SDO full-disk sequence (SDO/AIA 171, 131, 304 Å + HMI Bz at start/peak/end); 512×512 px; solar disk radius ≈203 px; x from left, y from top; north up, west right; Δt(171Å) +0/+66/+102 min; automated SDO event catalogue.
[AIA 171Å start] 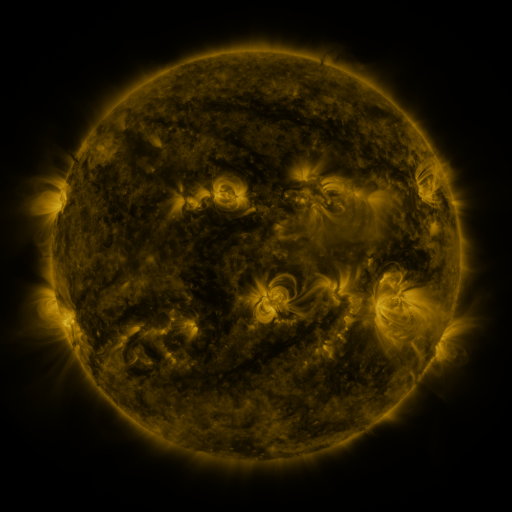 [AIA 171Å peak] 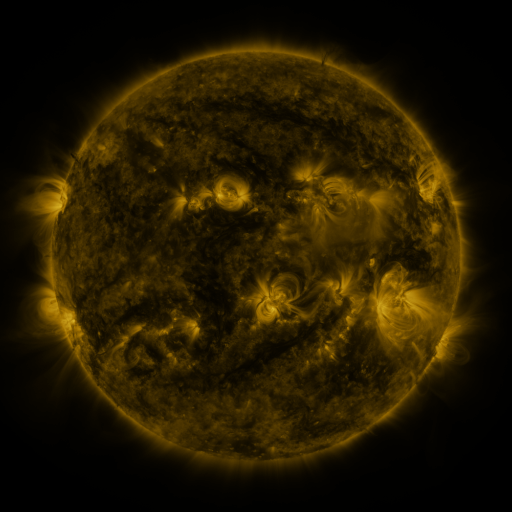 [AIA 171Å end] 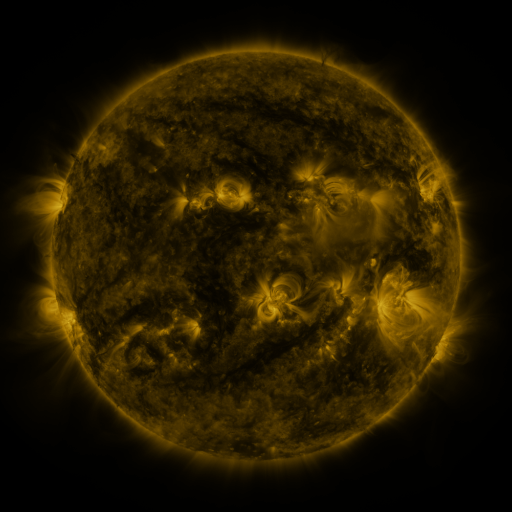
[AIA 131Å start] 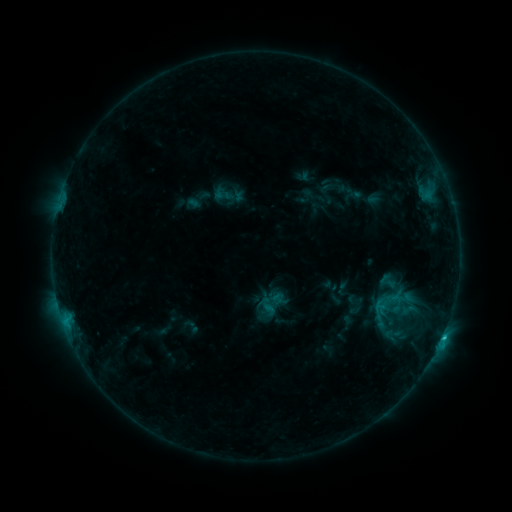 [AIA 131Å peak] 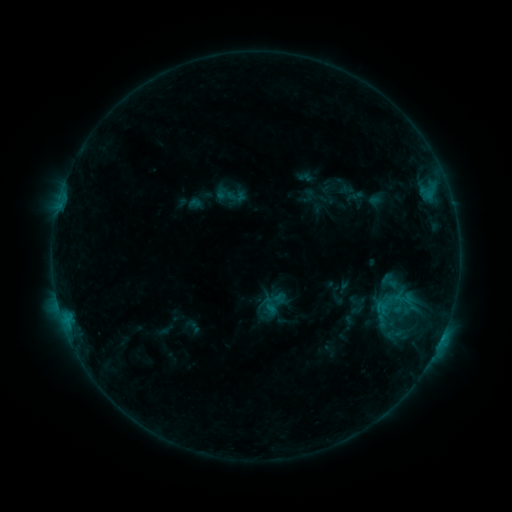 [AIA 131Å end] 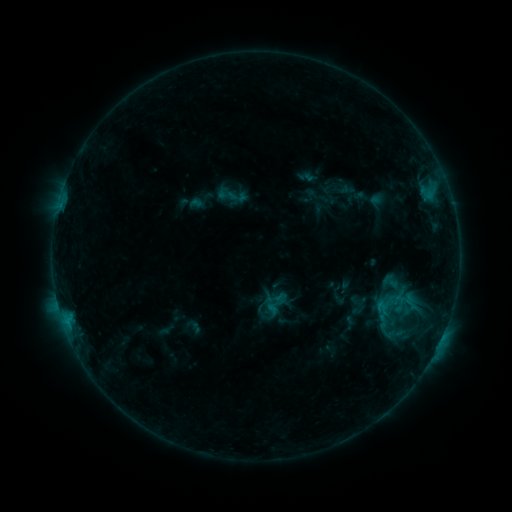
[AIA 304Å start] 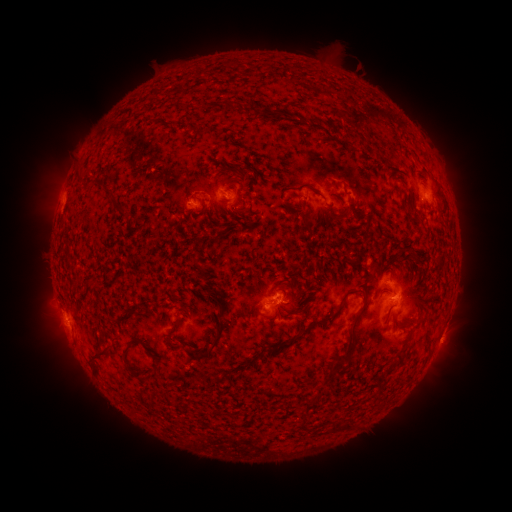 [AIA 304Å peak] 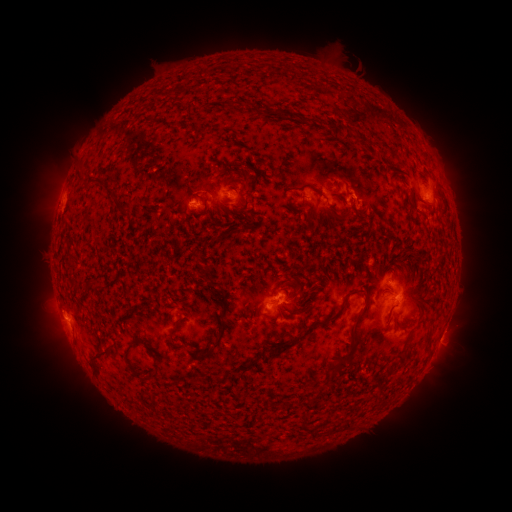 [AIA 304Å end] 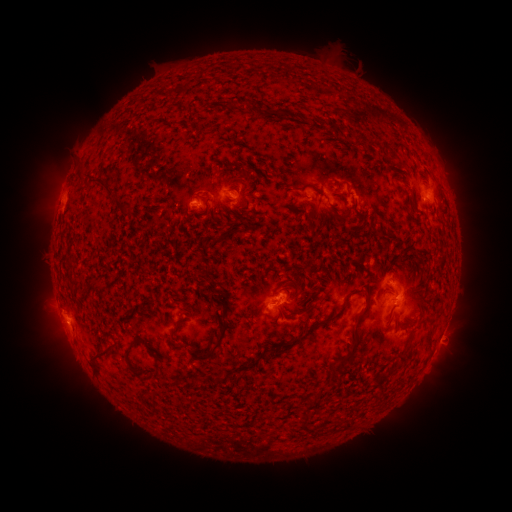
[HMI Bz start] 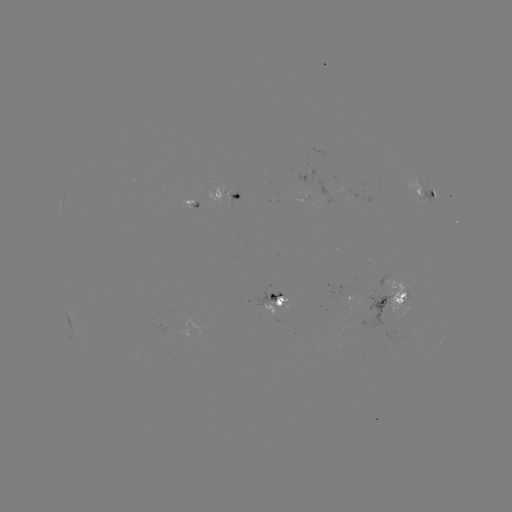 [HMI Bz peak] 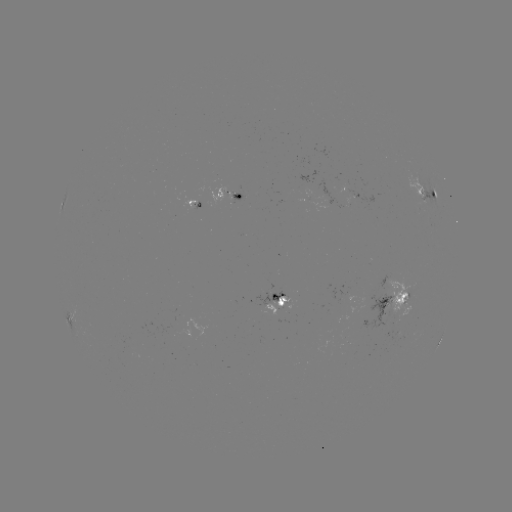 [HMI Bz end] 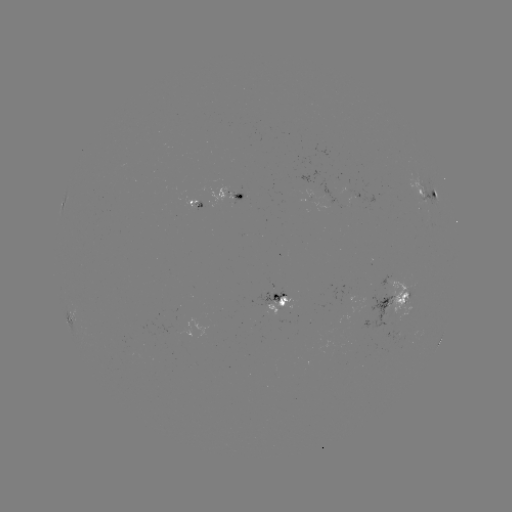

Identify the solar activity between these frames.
emerging-flux region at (201, 196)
